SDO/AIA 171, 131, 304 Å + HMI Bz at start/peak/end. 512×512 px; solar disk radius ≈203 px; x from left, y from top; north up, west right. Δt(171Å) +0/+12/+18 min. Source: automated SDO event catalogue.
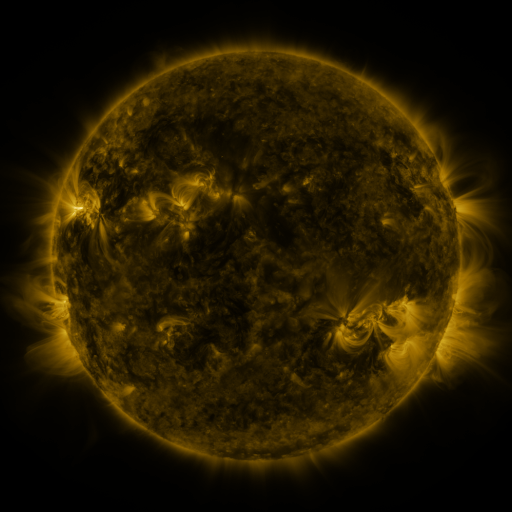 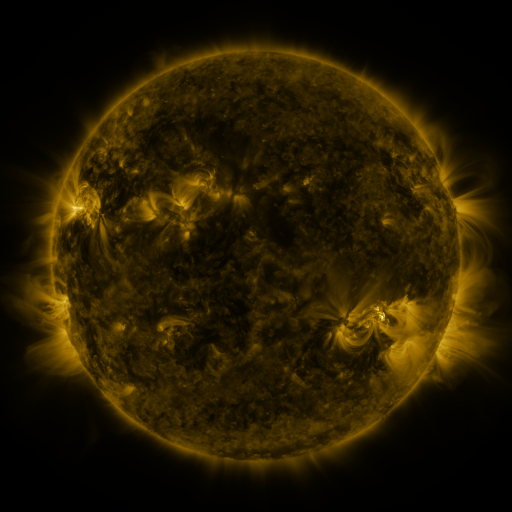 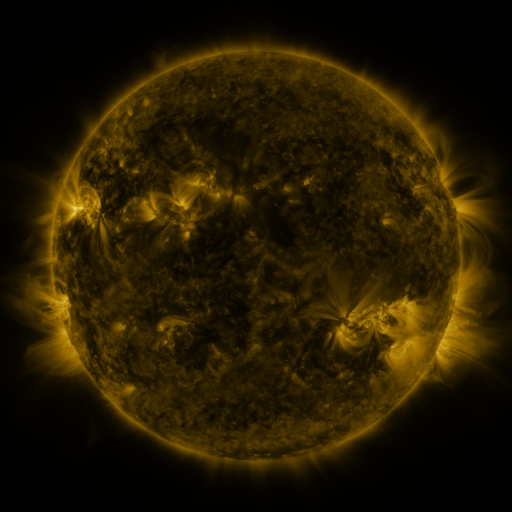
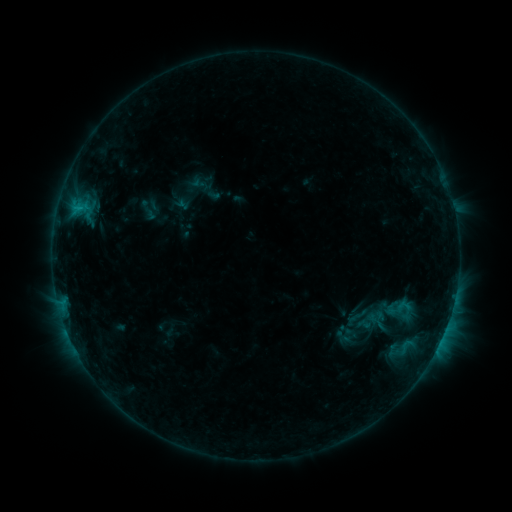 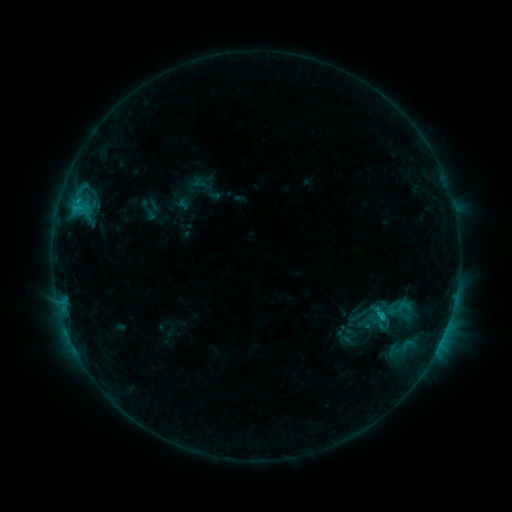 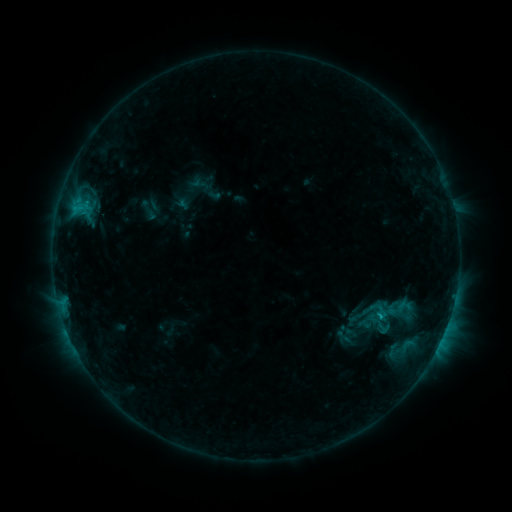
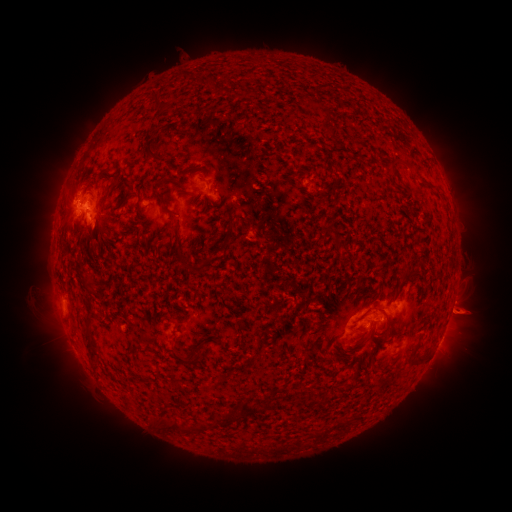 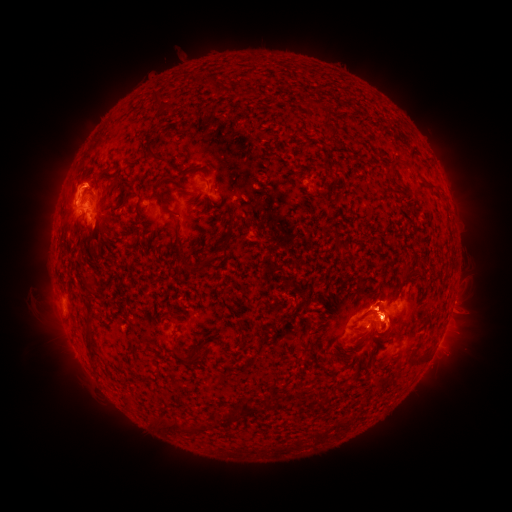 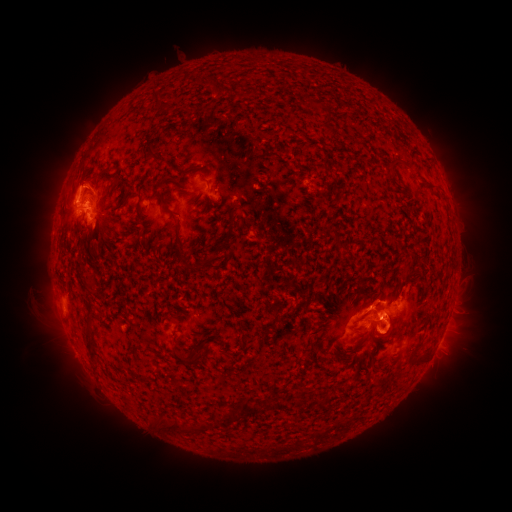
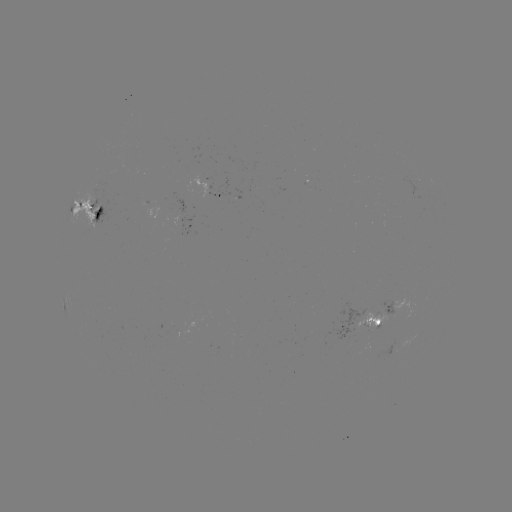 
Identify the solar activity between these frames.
C1.3 flare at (377, 313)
